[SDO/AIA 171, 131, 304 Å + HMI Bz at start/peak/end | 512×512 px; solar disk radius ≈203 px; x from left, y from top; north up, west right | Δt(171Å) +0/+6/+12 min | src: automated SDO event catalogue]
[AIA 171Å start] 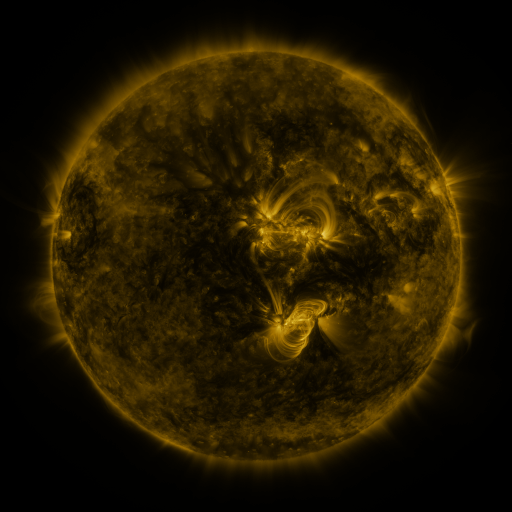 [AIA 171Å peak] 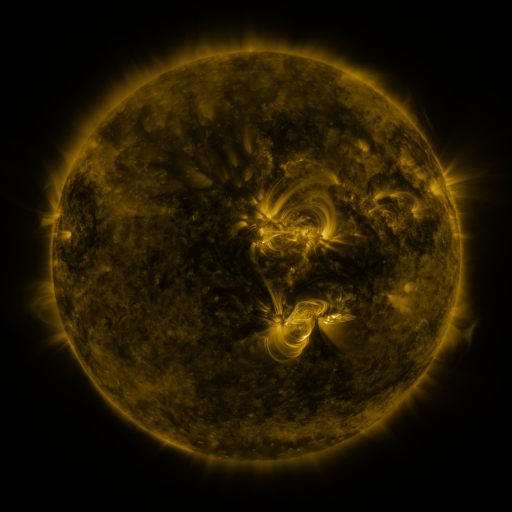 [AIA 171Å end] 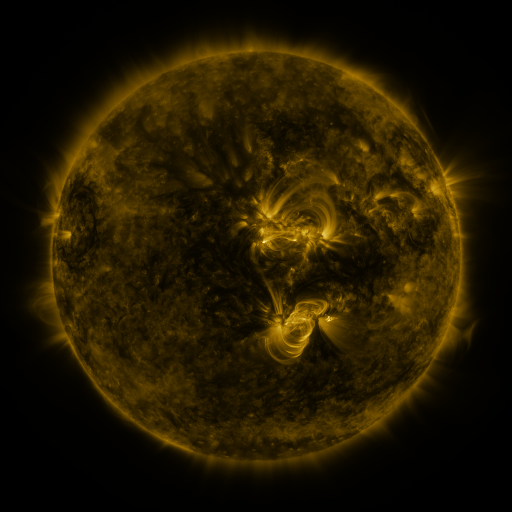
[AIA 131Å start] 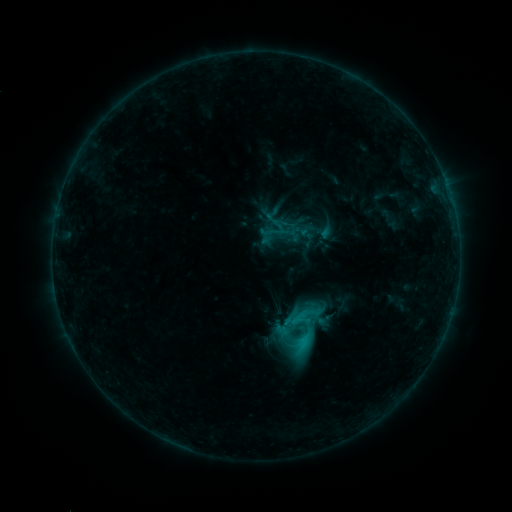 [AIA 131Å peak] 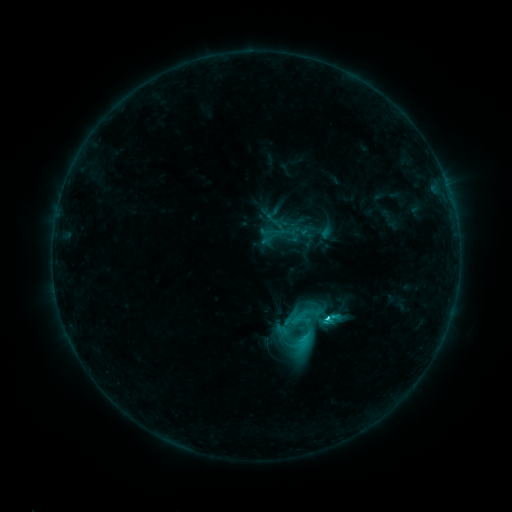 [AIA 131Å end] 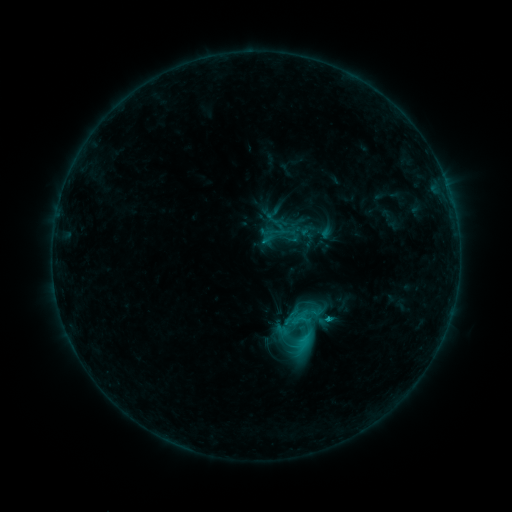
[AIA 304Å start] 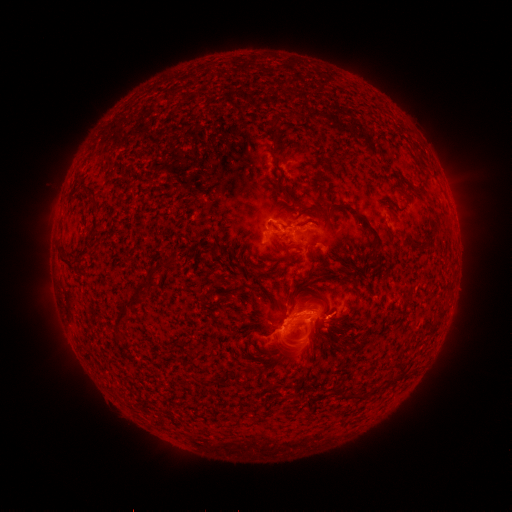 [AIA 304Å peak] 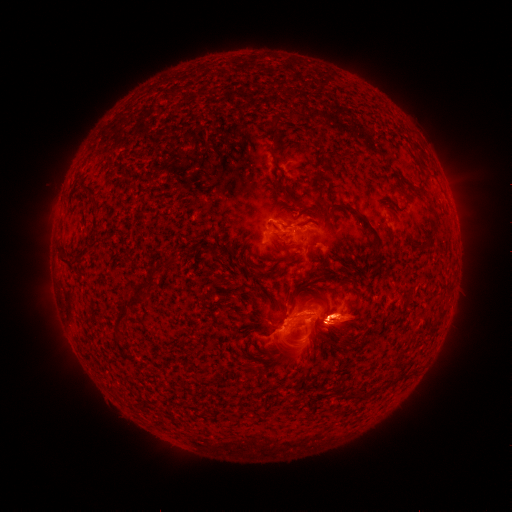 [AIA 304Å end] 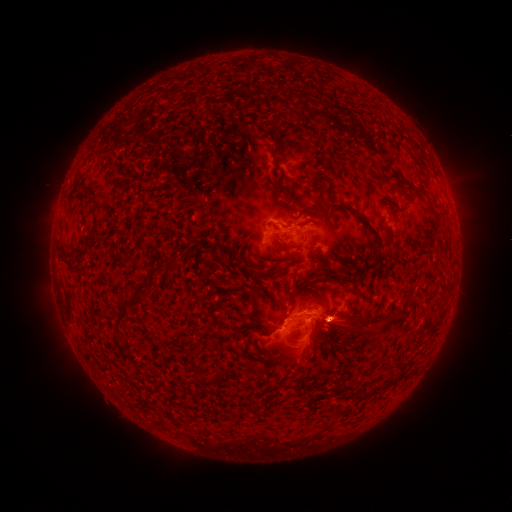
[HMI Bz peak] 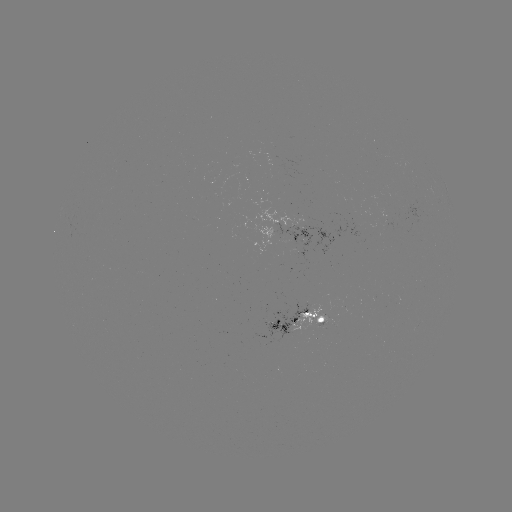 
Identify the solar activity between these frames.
C4.1 flare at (324, 317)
